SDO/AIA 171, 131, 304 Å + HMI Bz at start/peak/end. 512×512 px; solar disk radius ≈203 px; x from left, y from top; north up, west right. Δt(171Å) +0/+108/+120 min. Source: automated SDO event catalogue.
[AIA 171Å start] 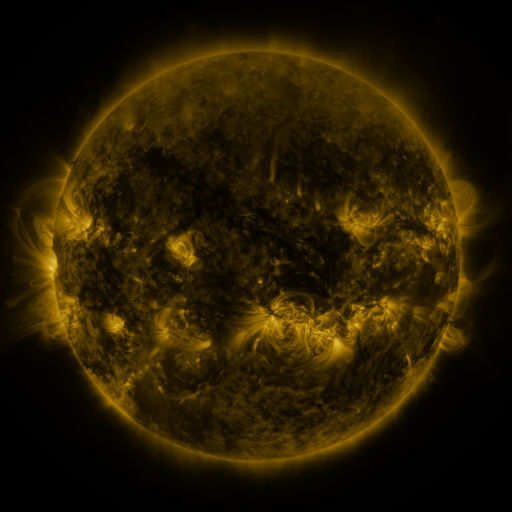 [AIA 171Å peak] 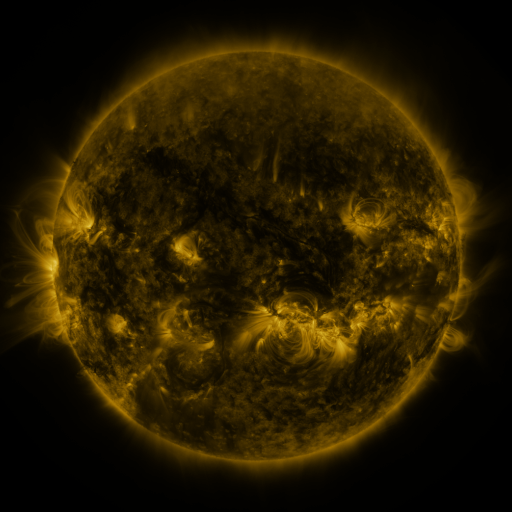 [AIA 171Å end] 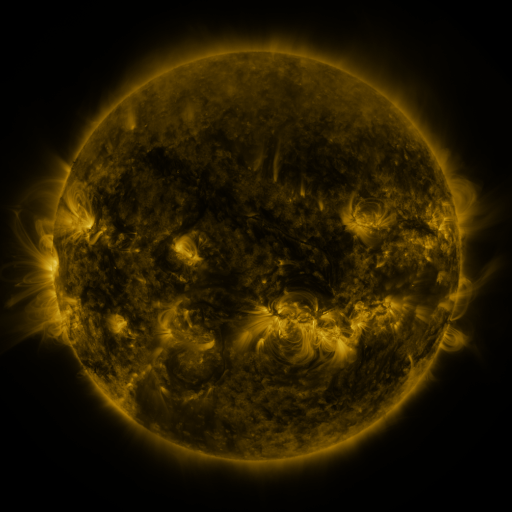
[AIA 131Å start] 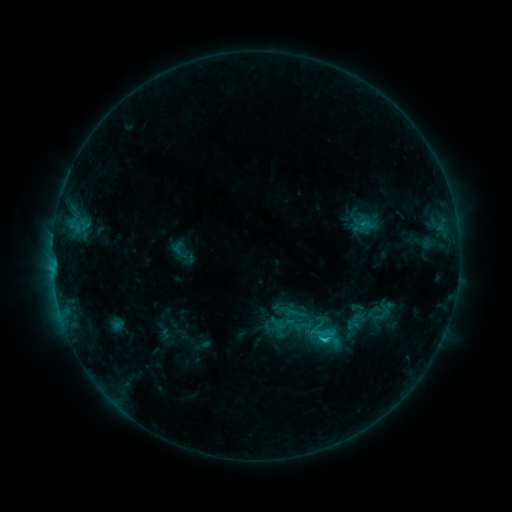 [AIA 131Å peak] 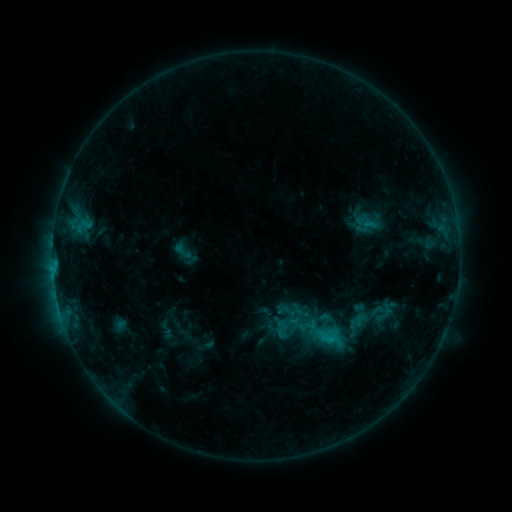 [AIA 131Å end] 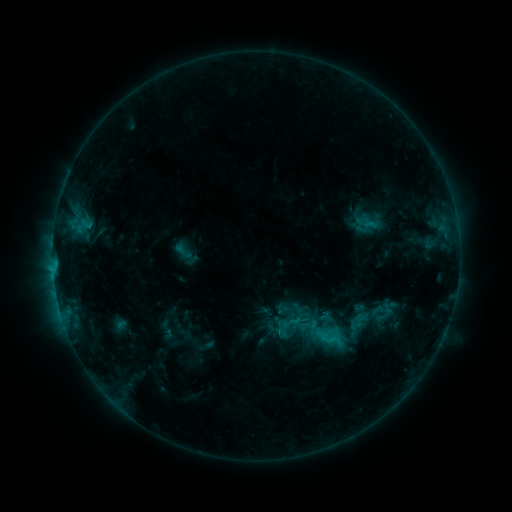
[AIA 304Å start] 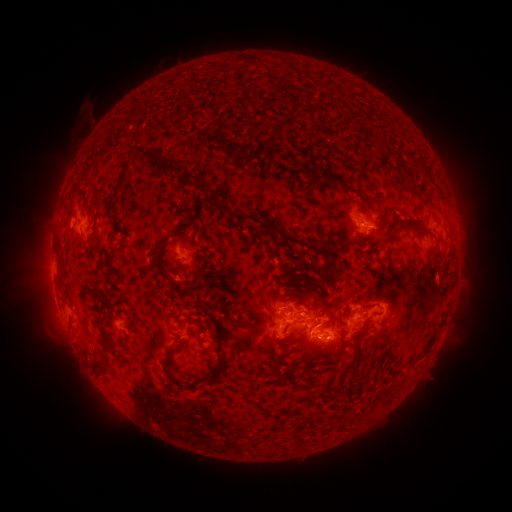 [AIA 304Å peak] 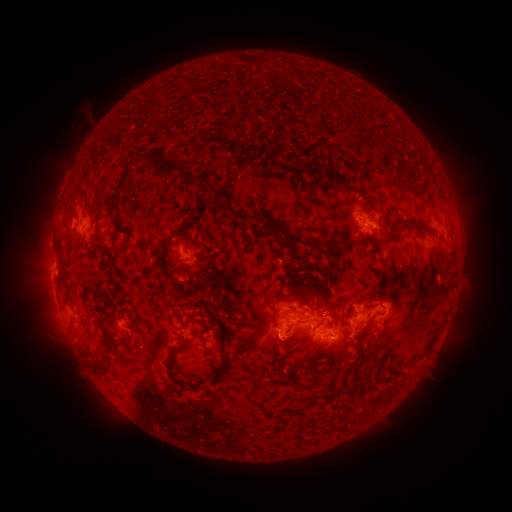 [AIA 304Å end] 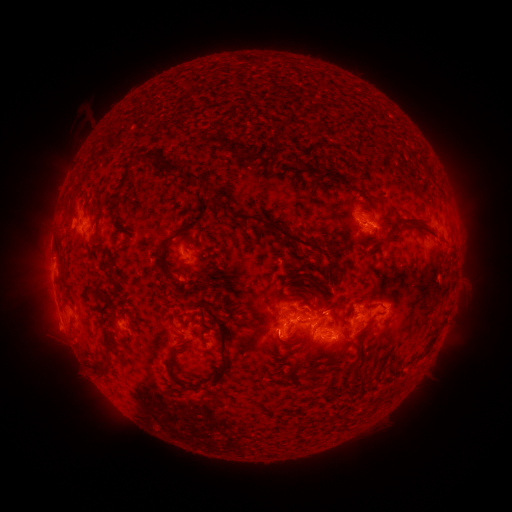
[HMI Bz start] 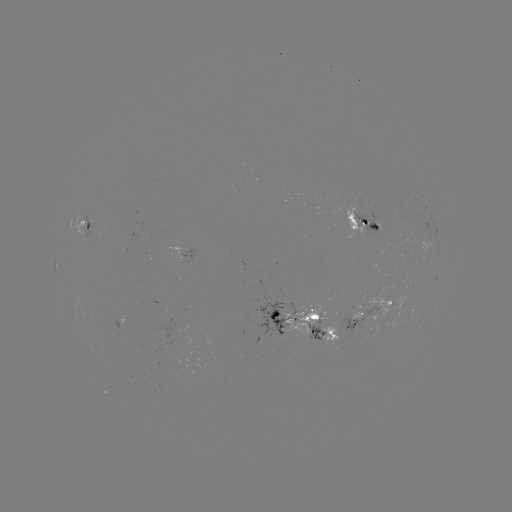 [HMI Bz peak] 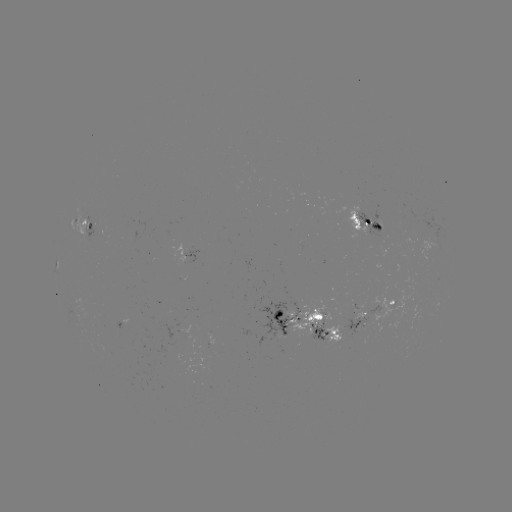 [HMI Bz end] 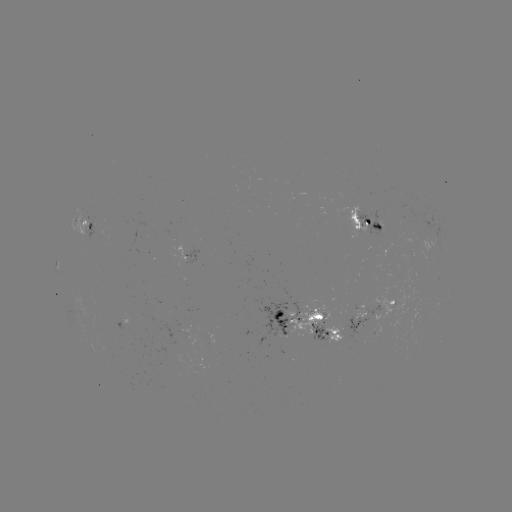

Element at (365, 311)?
emerging-flux region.